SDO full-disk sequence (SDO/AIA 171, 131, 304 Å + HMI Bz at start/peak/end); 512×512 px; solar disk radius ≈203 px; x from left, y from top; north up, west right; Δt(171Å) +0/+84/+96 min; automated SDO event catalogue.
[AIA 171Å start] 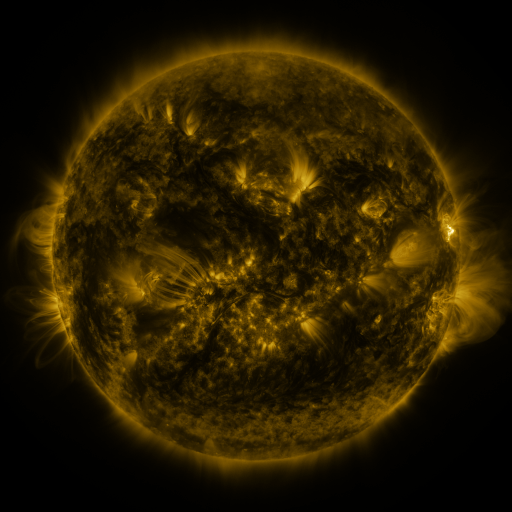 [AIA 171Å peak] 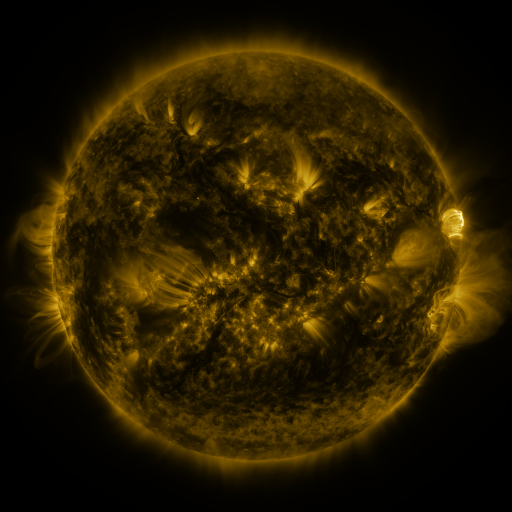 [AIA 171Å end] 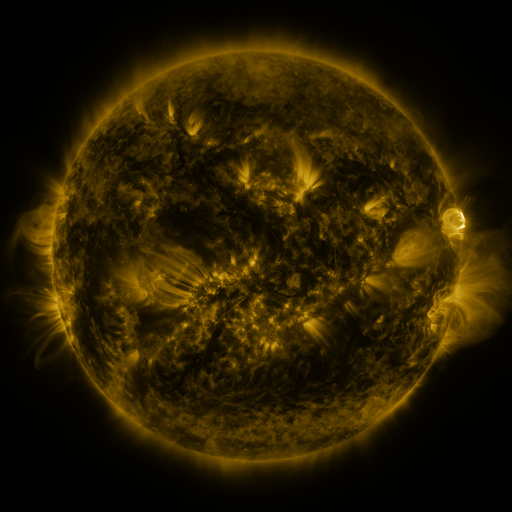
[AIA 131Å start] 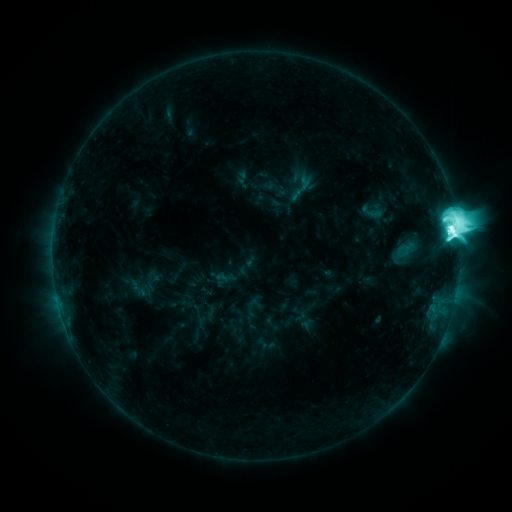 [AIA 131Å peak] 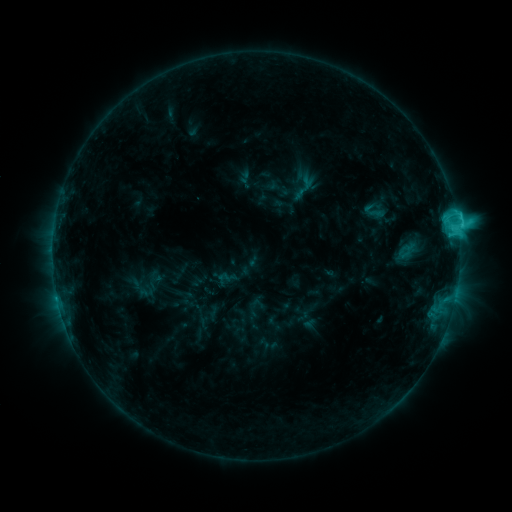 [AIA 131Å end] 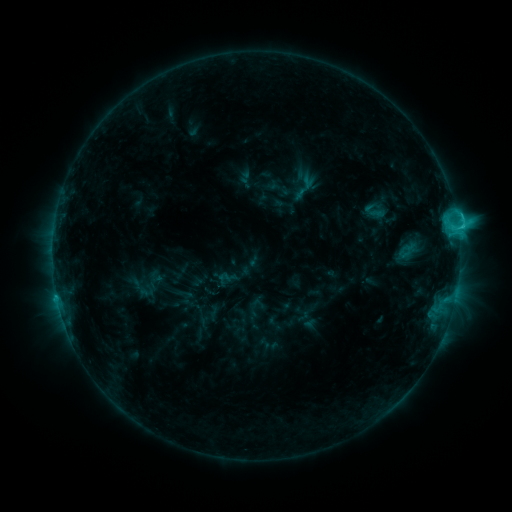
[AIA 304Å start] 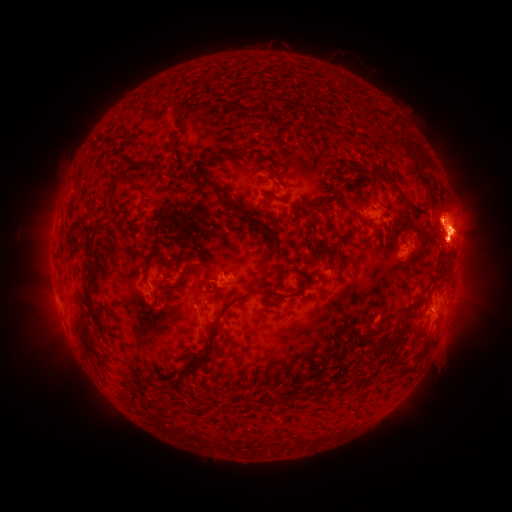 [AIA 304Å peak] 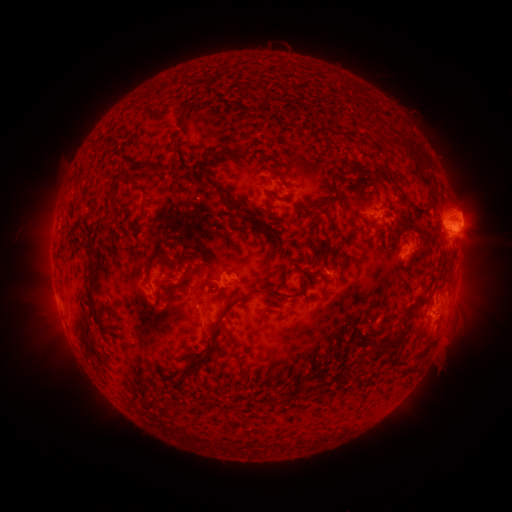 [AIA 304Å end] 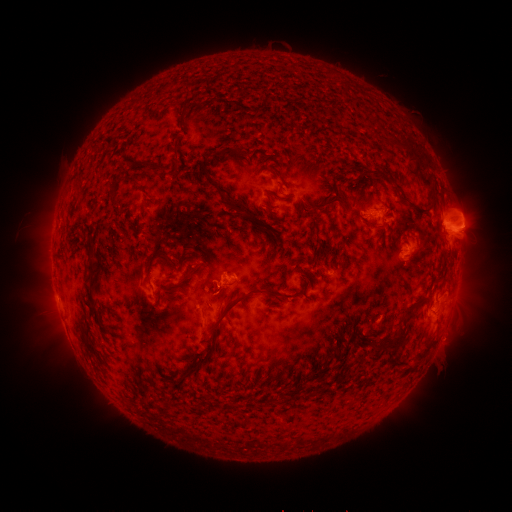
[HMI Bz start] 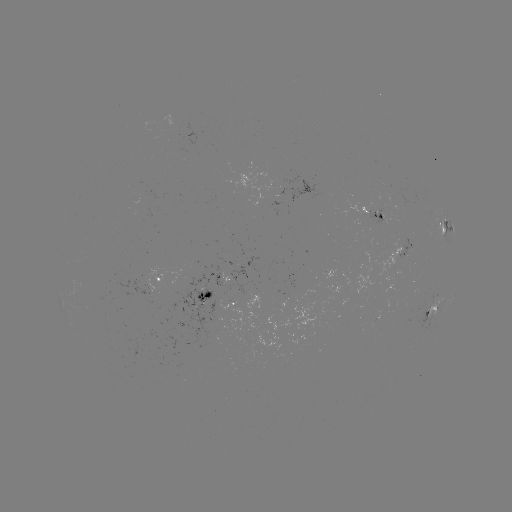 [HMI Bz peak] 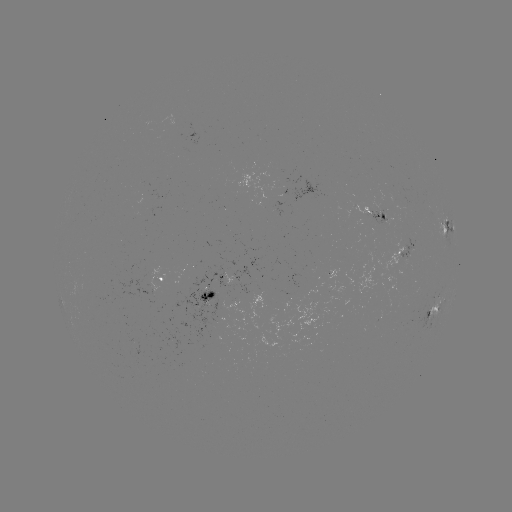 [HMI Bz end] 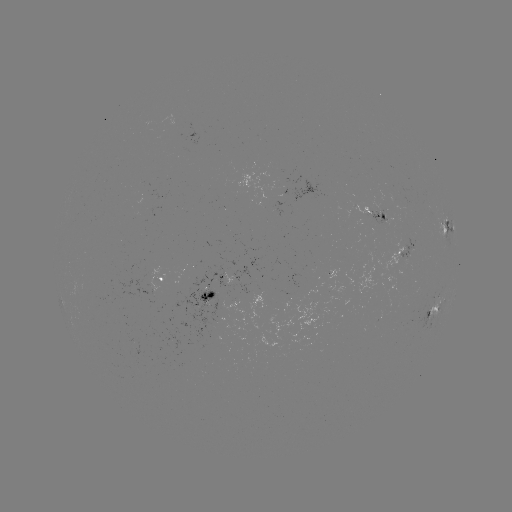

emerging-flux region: [368, 211, 387, 226]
